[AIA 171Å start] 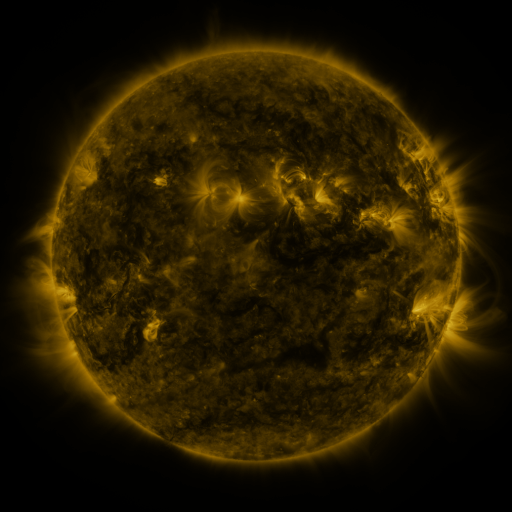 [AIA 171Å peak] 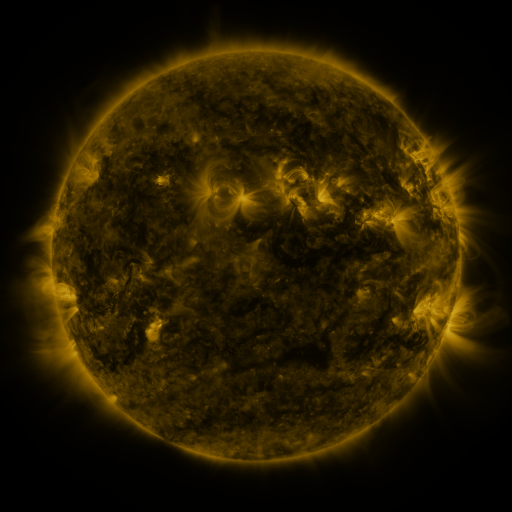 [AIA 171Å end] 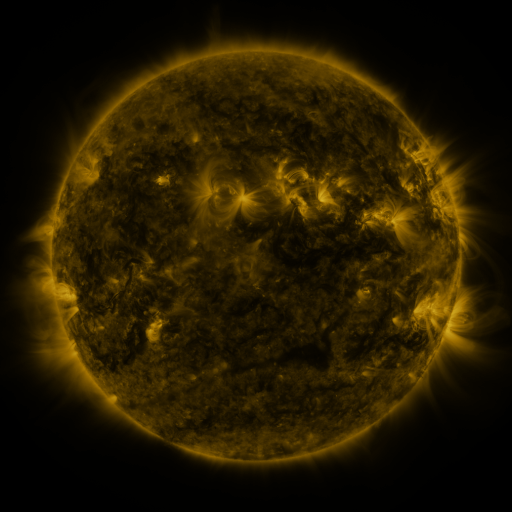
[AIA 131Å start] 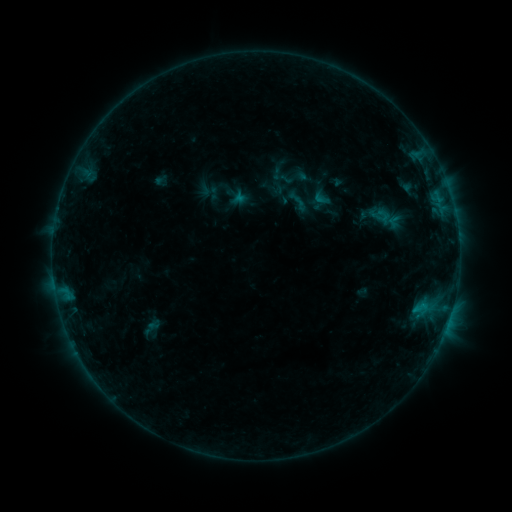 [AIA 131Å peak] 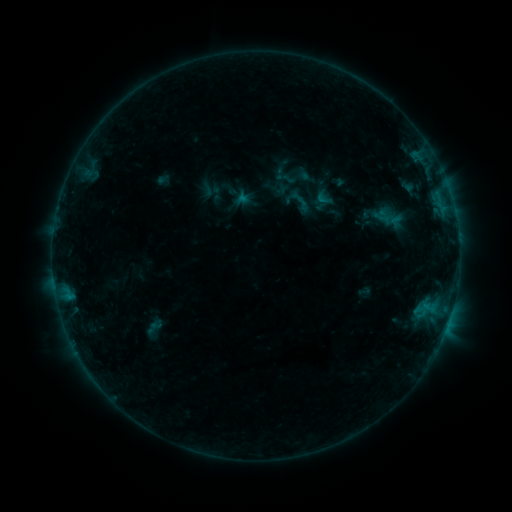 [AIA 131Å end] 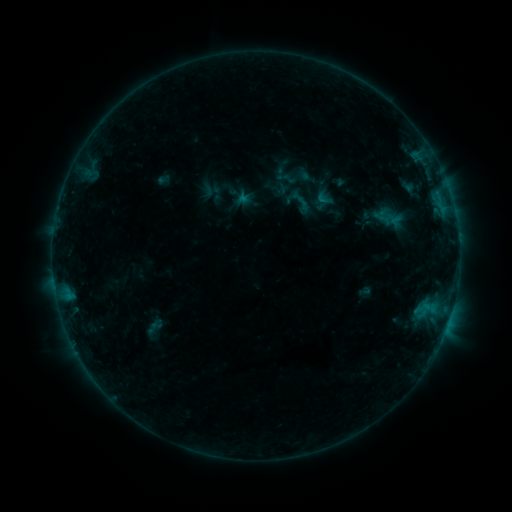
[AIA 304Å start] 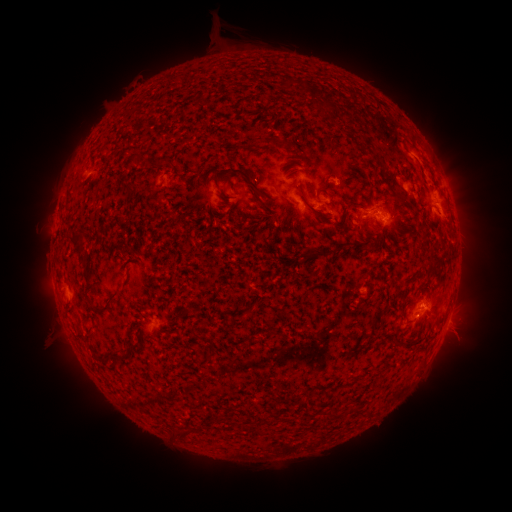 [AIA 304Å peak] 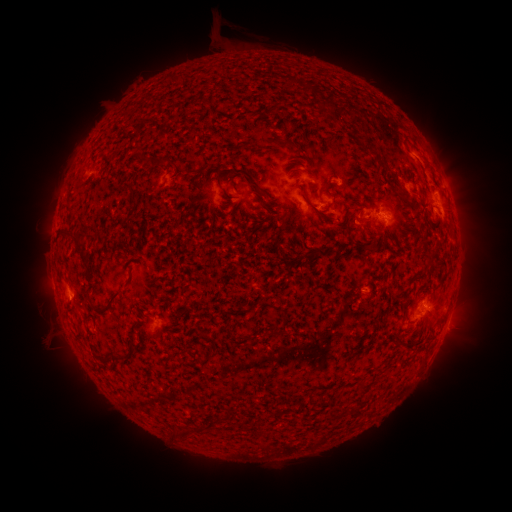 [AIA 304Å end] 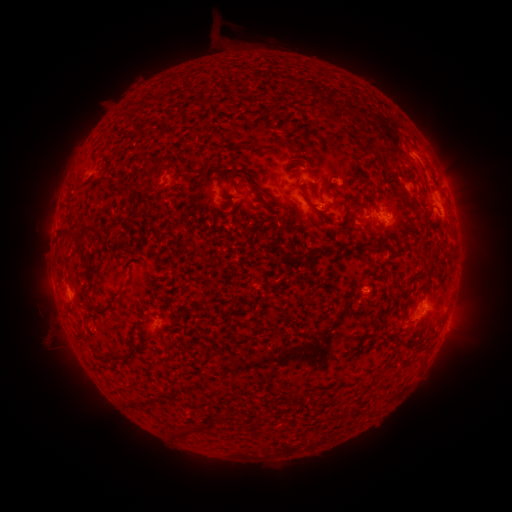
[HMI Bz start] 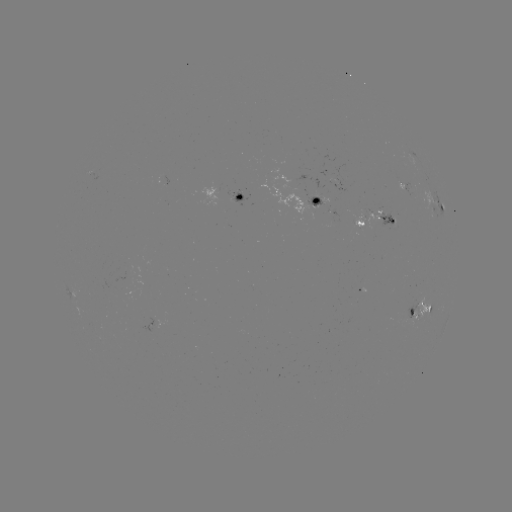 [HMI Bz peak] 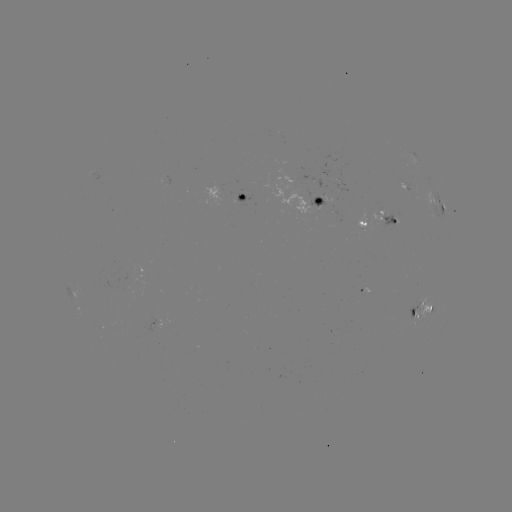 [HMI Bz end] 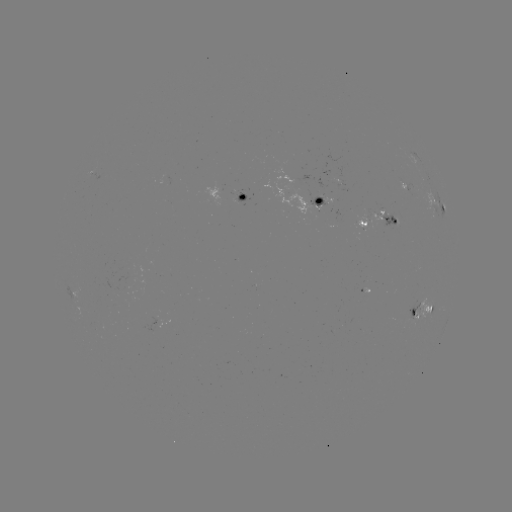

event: emerging-flux region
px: (410, 316)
